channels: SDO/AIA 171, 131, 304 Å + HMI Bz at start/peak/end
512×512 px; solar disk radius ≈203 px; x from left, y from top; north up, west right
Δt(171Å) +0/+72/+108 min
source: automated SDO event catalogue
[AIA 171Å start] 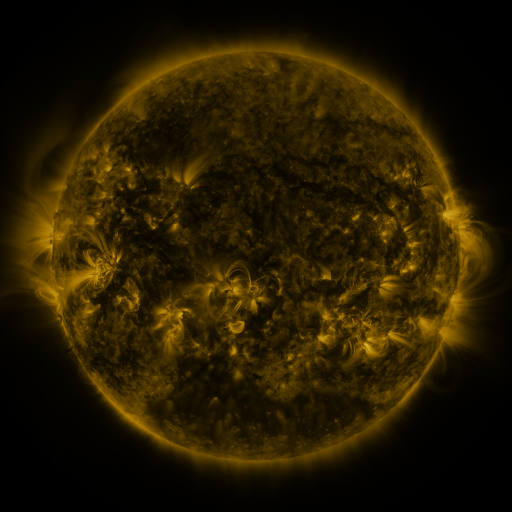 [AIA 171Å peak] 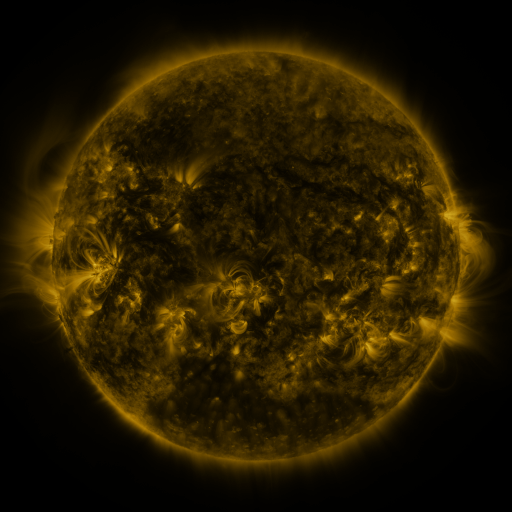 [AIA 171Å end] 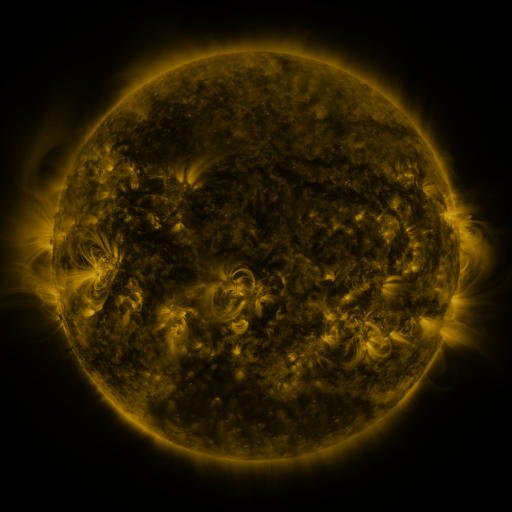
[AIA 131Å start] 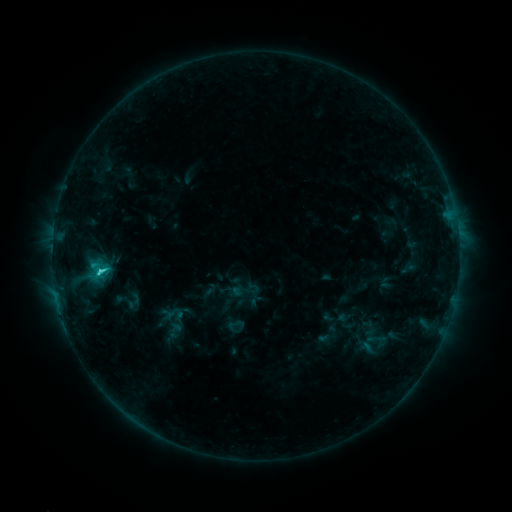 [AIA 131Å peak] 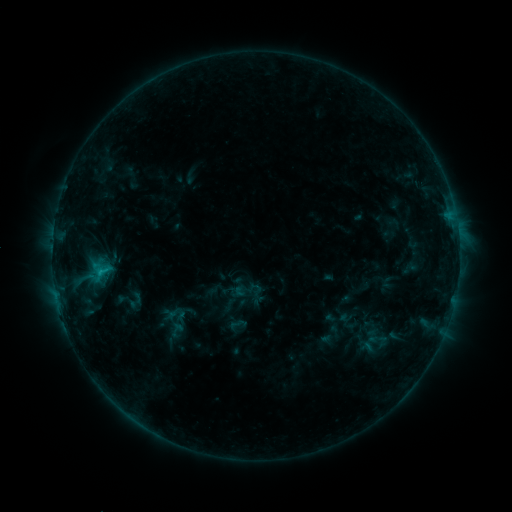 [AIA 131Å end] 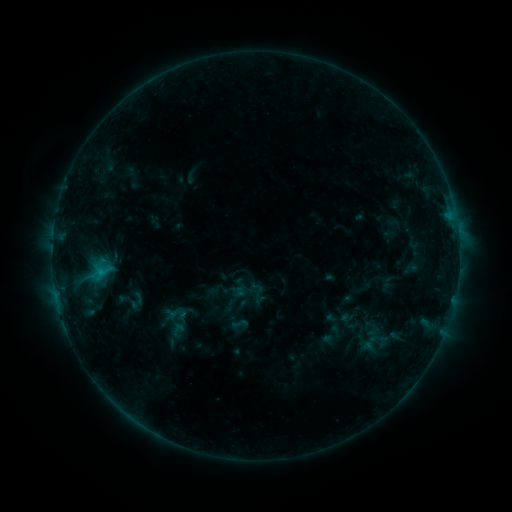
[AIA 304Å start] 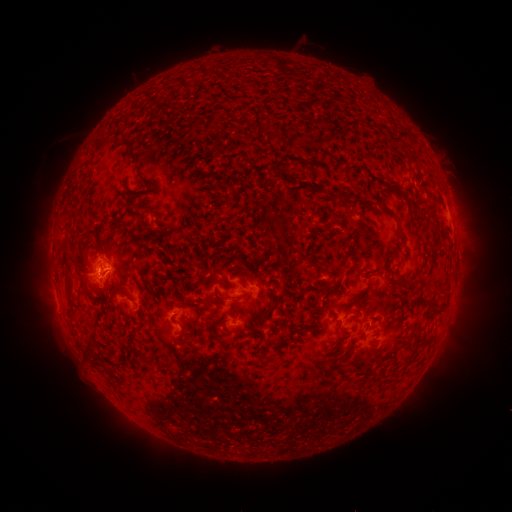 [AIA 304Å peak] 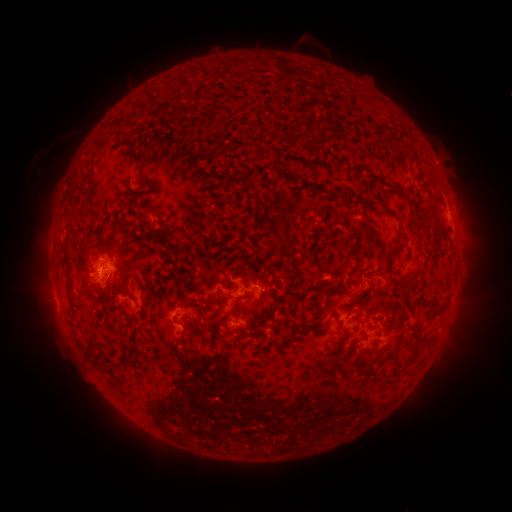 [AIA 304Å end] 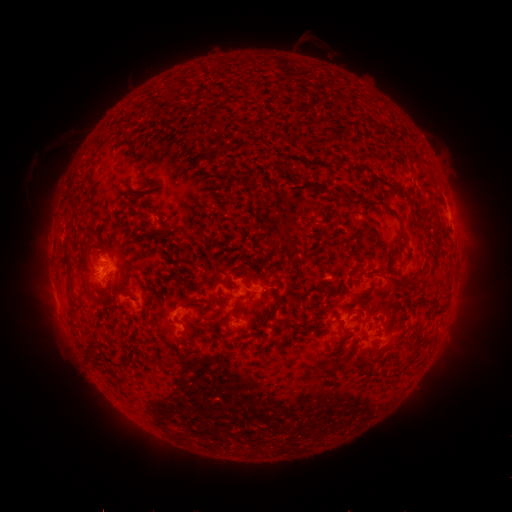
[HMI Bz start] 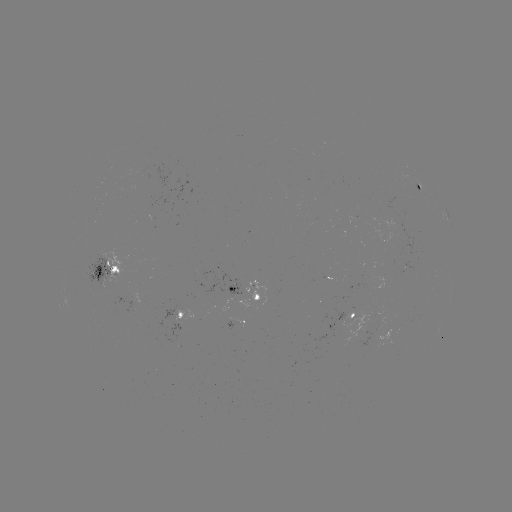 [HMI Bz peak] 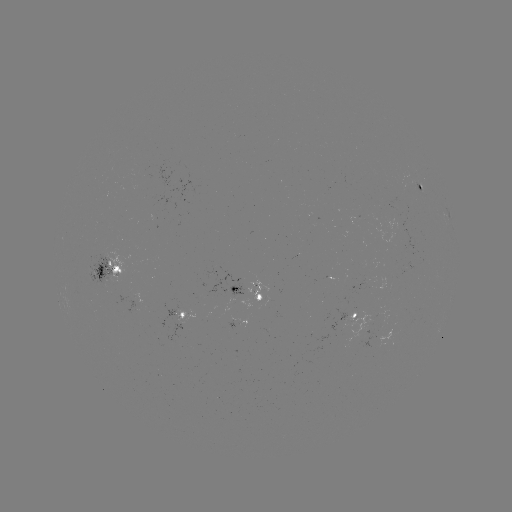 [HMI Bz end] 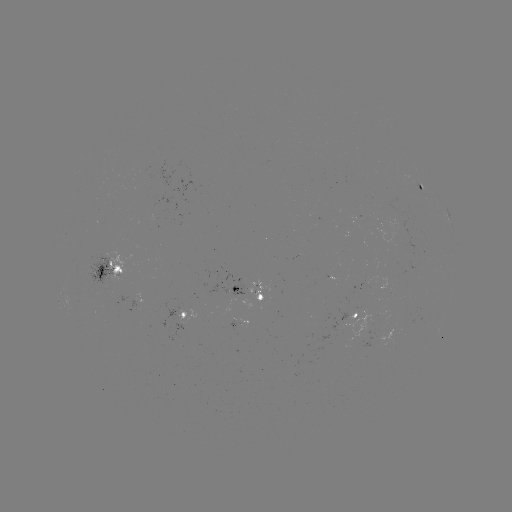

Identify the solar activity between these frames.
emerging-flux region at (413, 182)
